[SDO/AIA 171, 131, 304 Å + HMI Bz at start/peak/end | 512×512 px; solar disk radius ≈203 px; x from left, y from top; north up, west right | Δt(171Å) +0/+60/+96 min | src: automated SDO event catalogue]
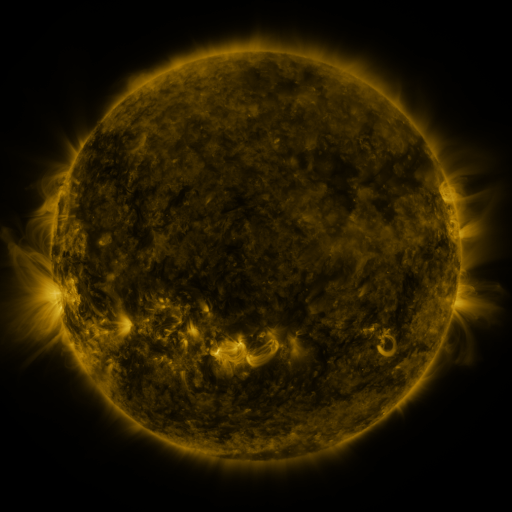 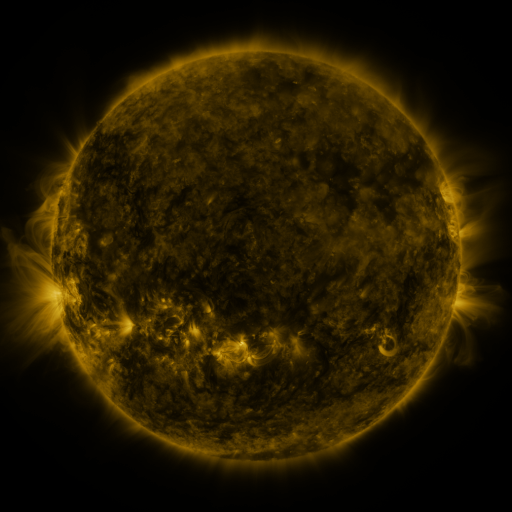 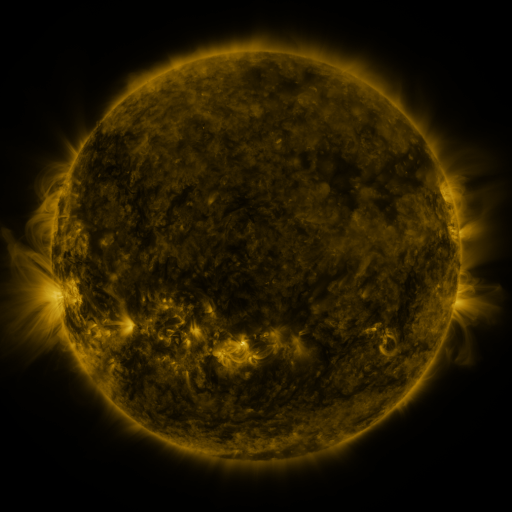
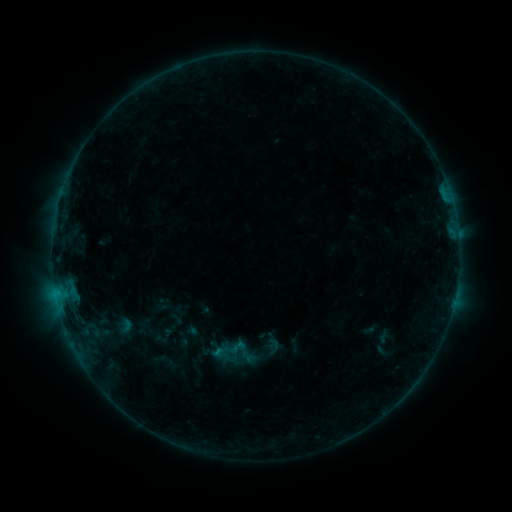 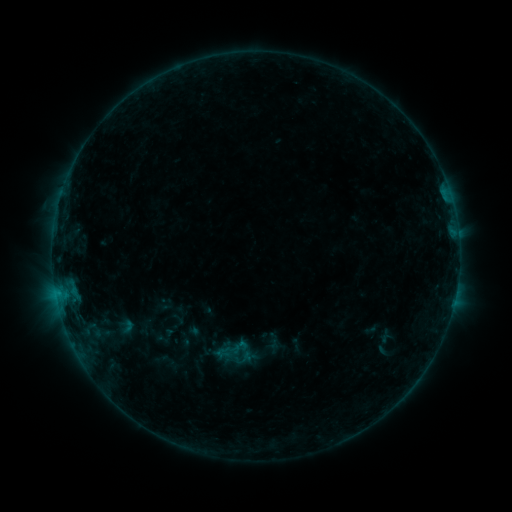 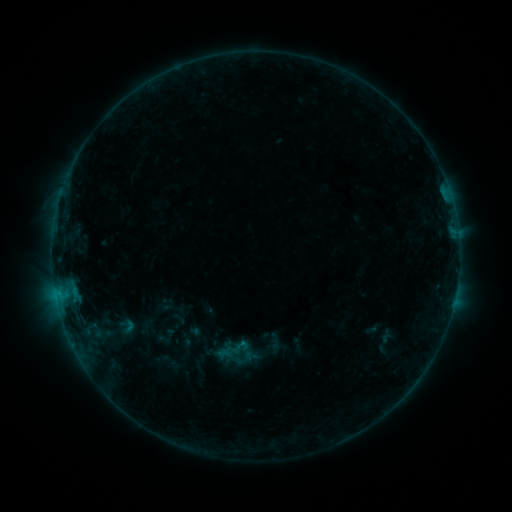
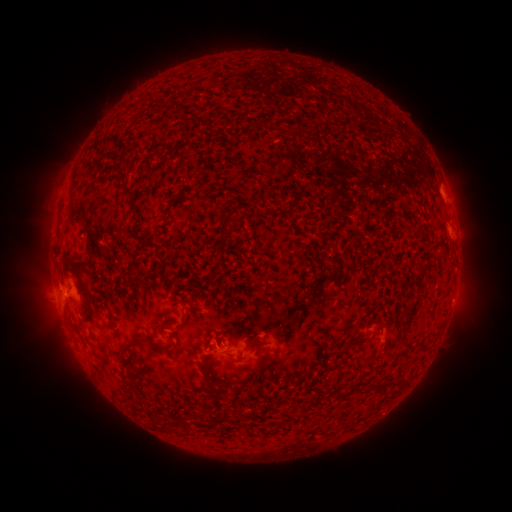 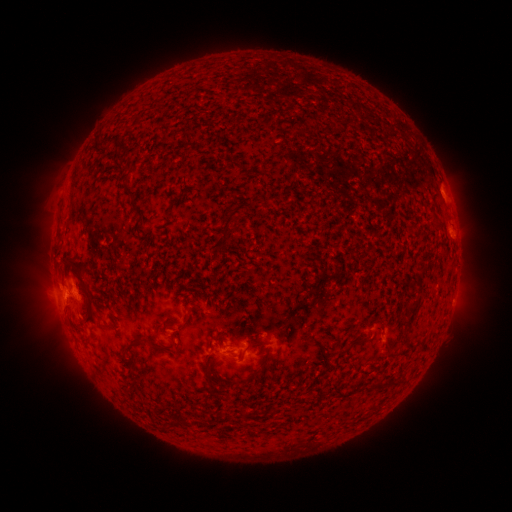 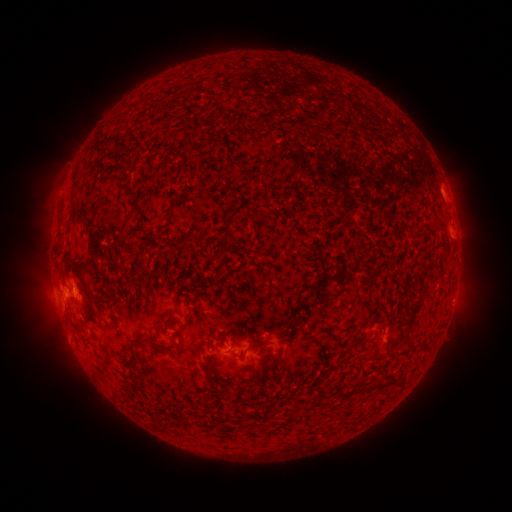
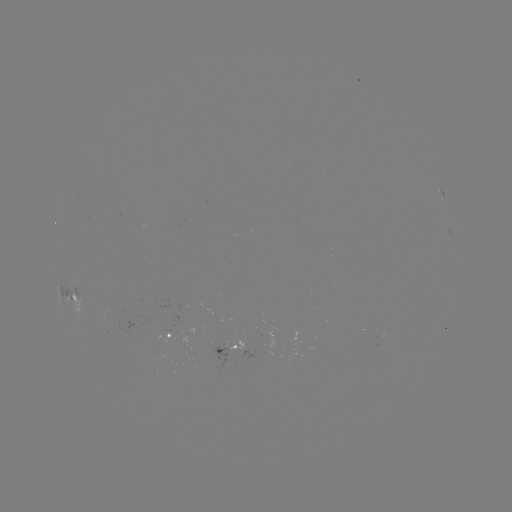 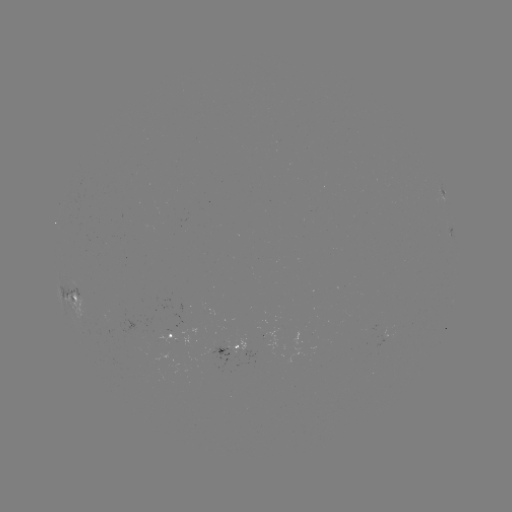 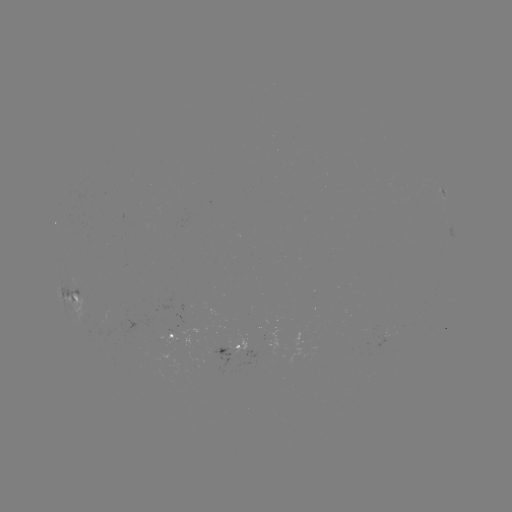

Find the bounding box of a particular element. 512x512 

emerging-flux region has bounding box [178, 305, 190, 316].